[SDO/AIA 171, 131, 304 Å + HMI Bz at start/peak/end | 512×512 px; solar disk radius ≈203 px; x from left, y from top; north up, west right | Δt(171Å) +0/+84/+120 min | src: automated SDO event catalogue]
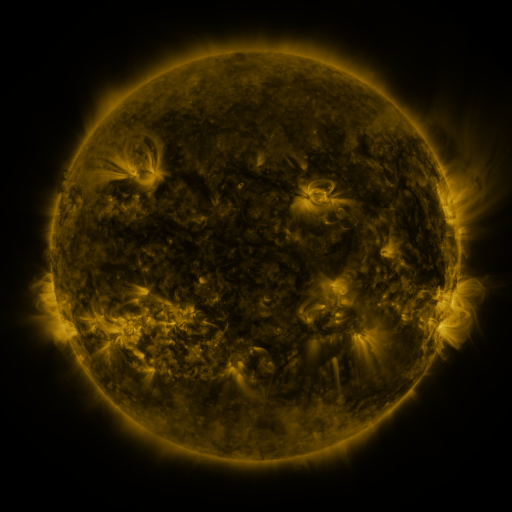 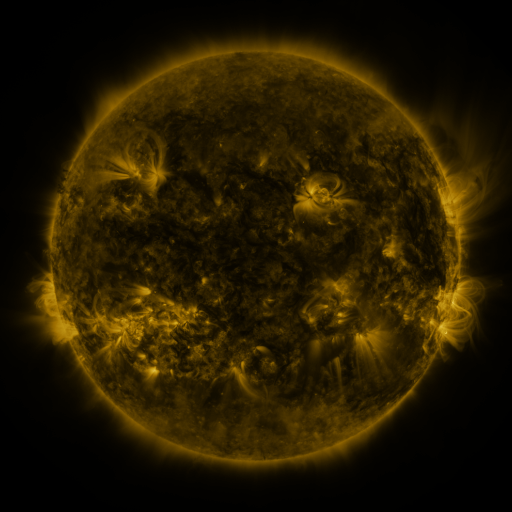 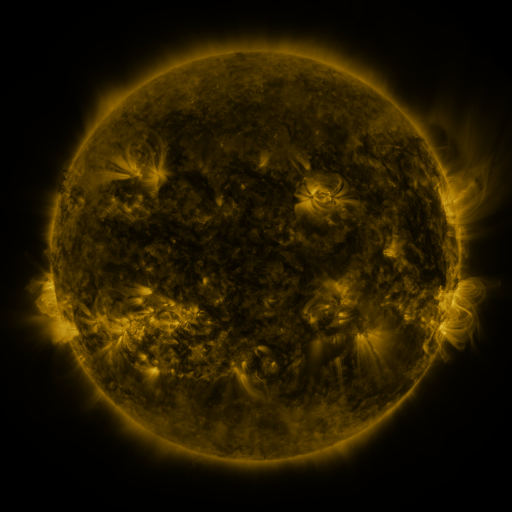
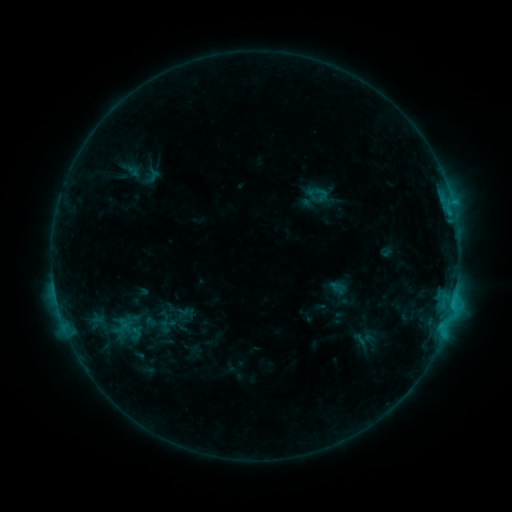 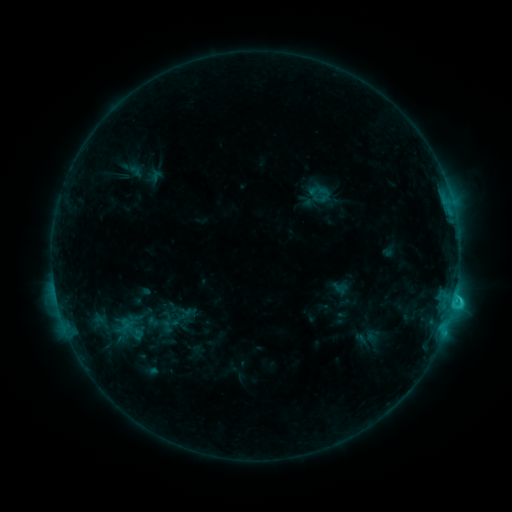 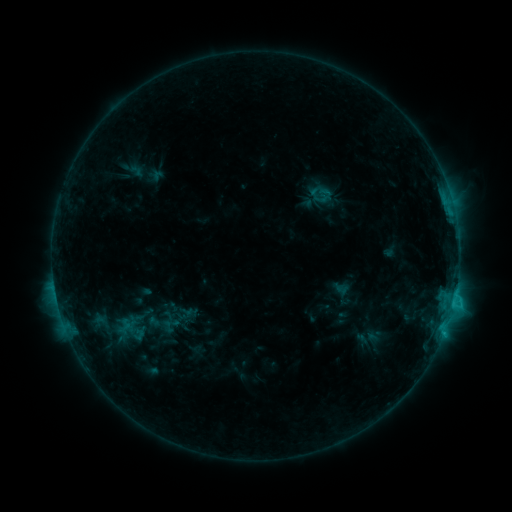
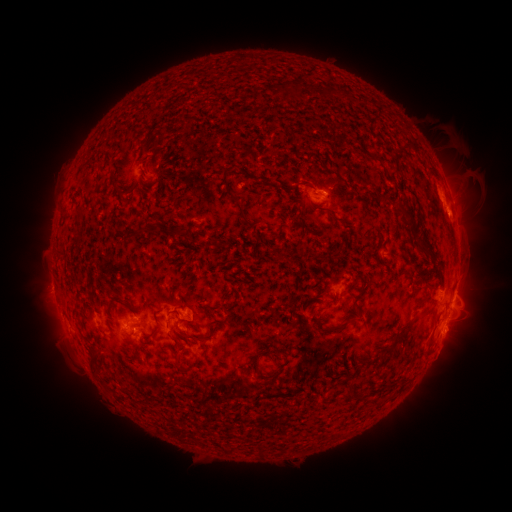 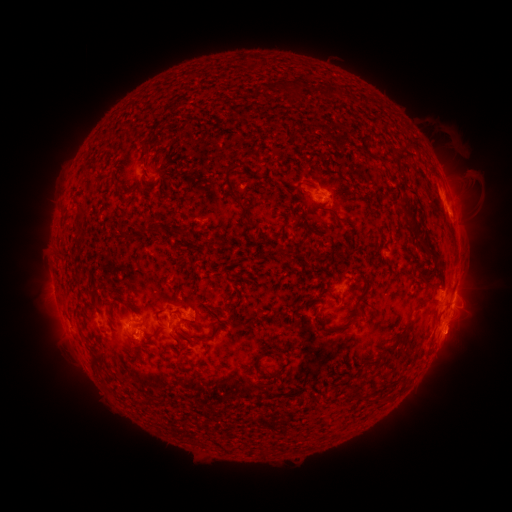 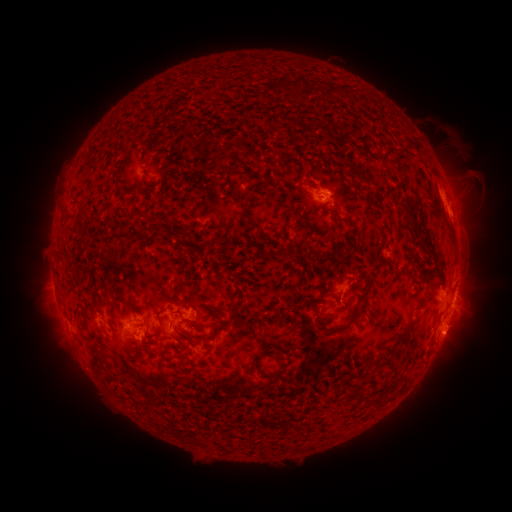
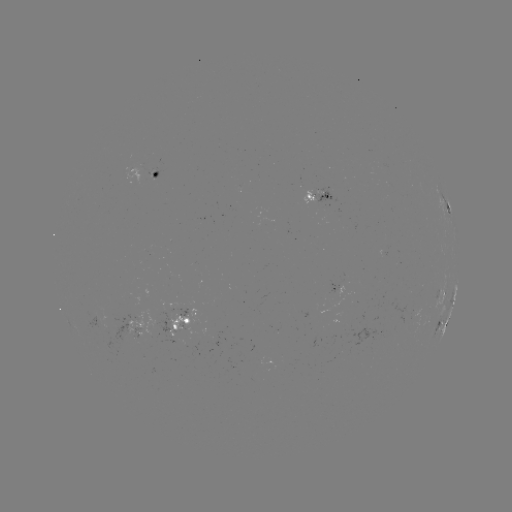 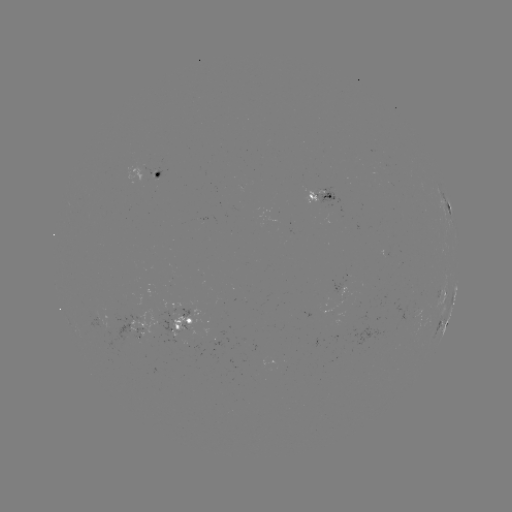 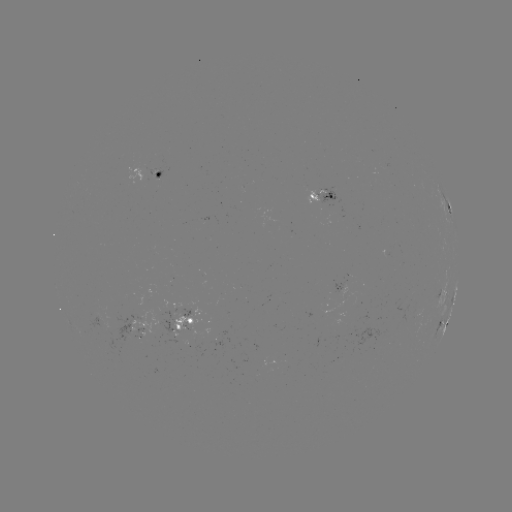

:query emerging-flux region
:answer (97, 315)